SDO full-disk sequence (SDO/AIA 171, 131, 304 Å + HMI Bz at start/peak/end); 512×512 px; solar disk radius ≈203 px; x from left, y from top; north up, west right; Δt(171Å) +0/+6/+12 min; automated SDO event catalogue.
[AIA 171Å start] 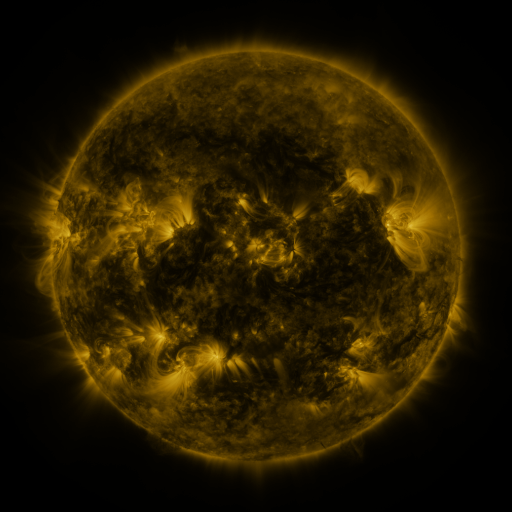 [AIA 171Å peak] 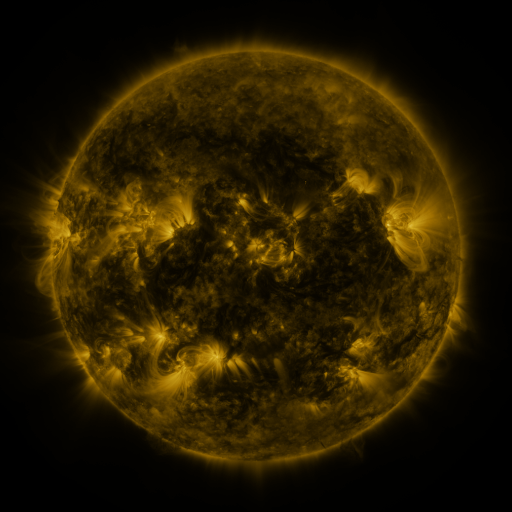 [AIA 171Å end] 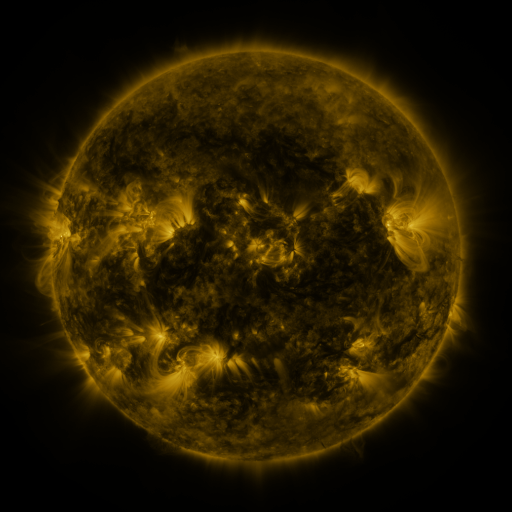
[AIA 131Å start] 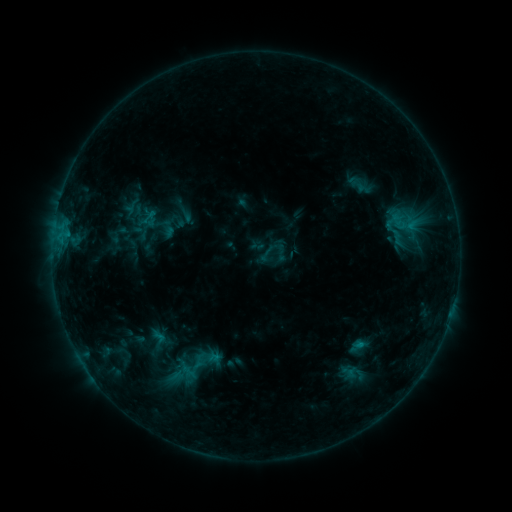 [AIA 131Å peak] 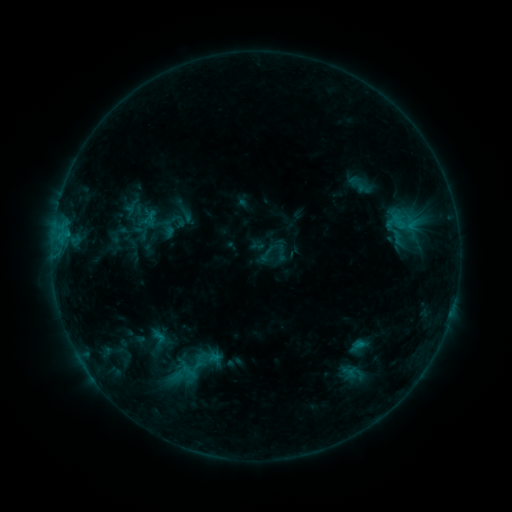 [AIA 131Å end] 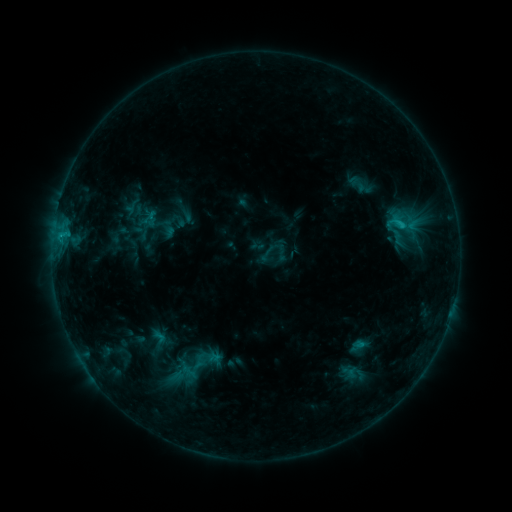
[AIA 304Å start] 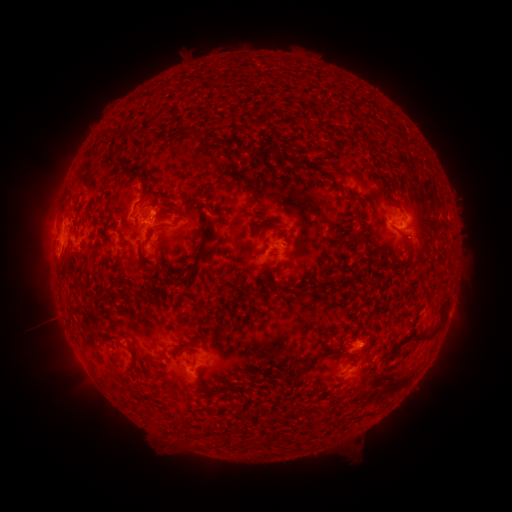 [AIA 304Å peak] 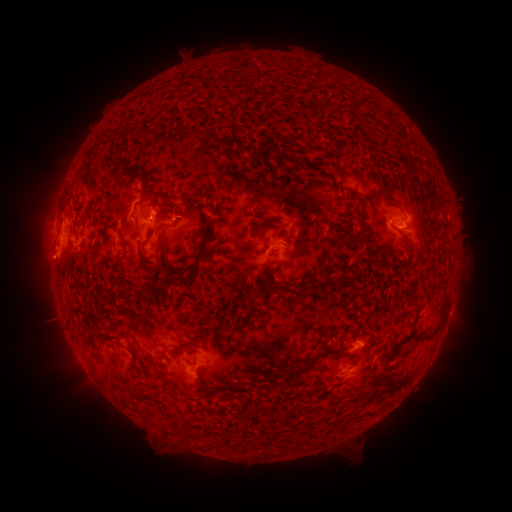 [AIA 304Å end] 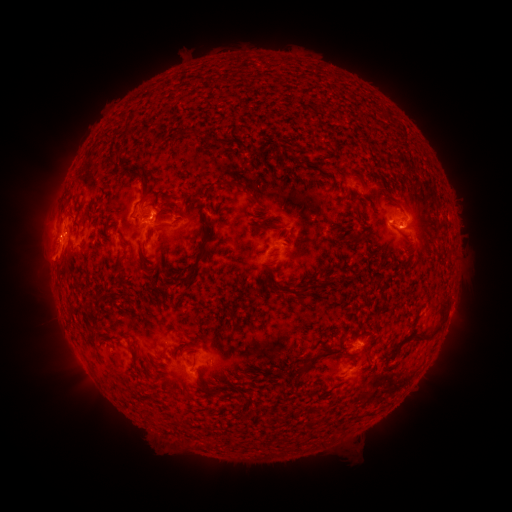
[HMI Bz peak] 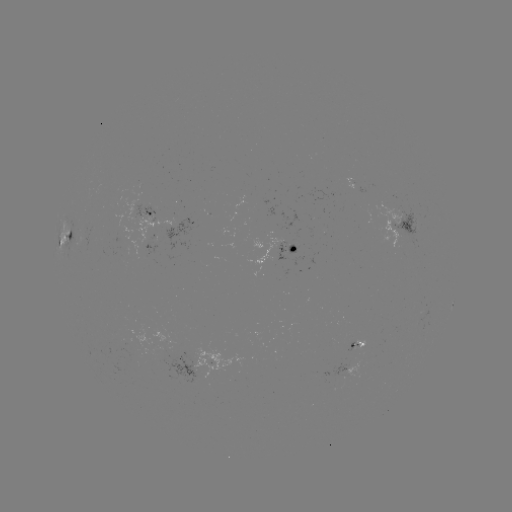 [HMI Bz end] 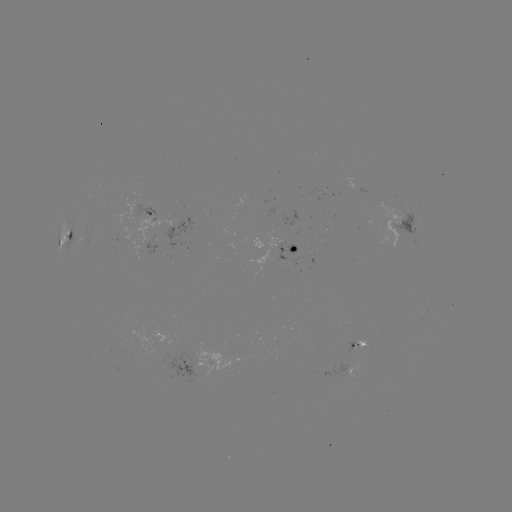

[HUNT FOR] eruption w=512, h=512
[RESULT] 48,263